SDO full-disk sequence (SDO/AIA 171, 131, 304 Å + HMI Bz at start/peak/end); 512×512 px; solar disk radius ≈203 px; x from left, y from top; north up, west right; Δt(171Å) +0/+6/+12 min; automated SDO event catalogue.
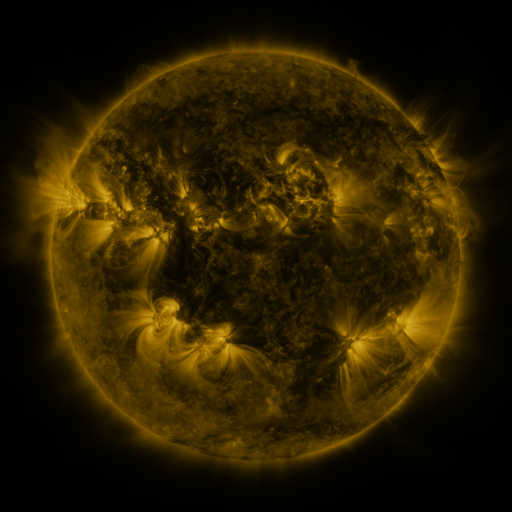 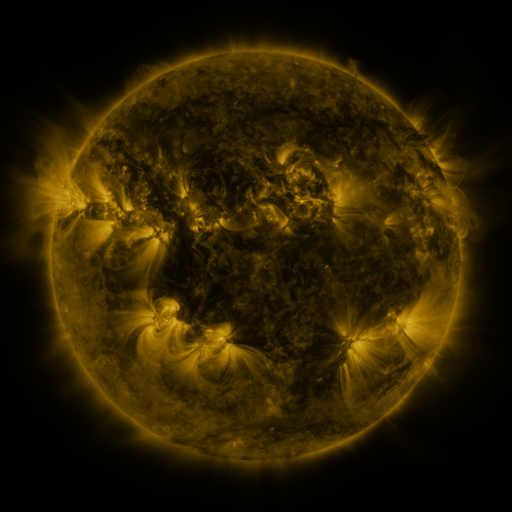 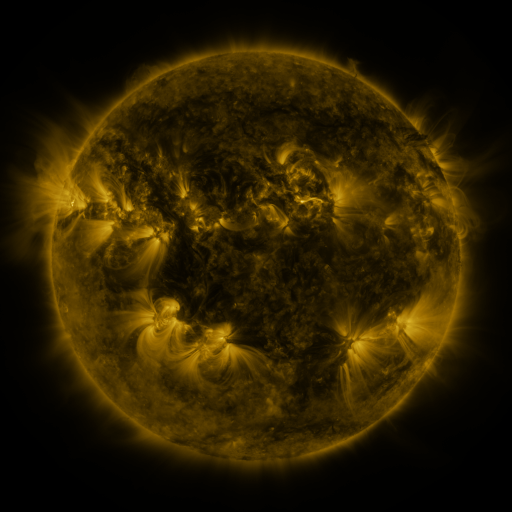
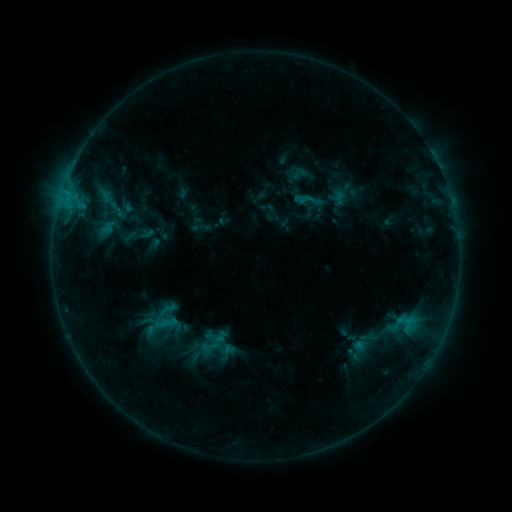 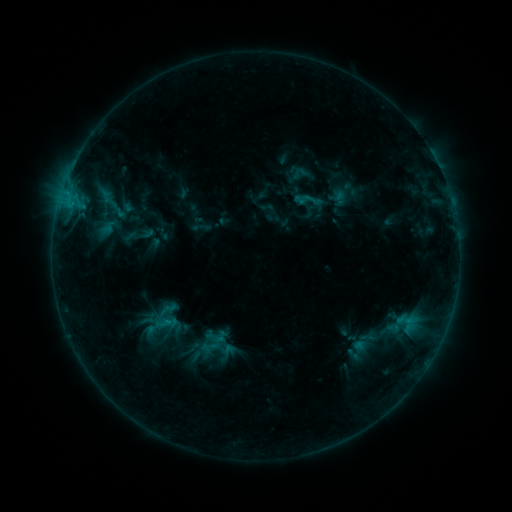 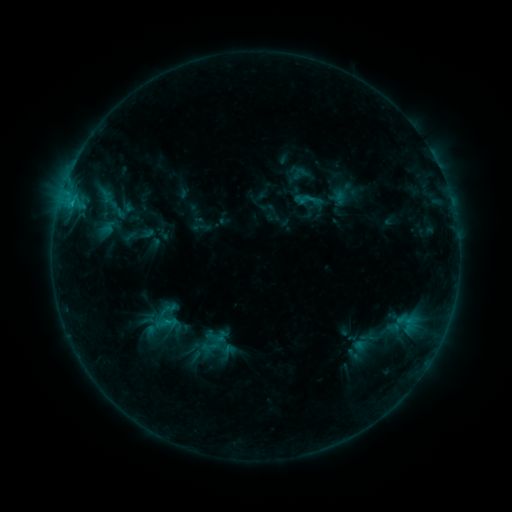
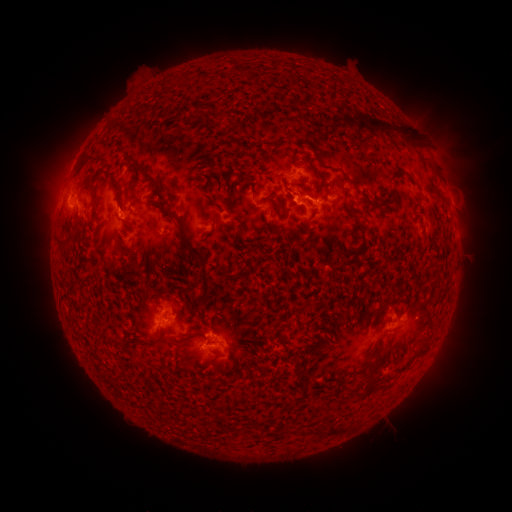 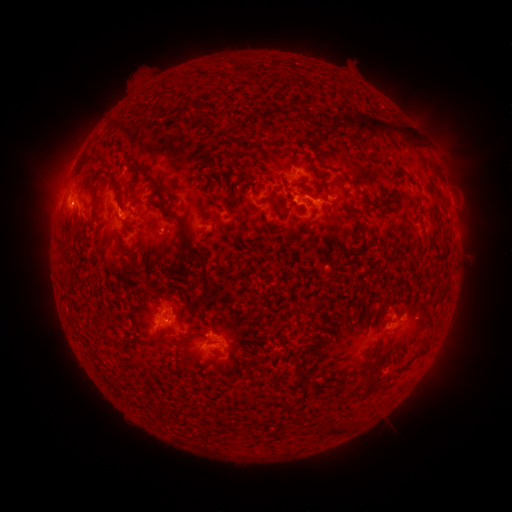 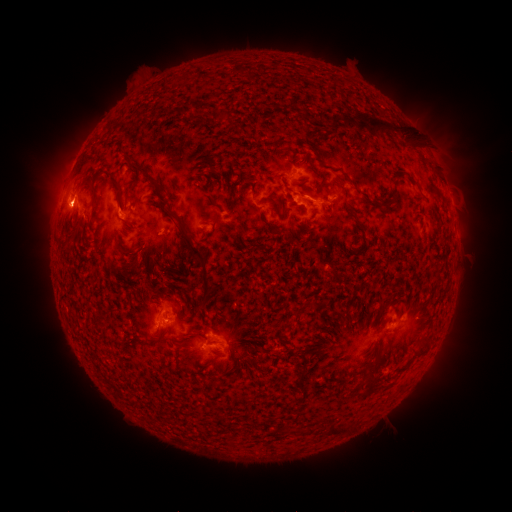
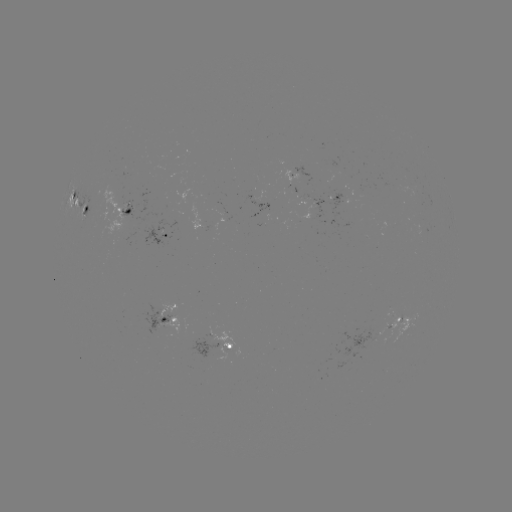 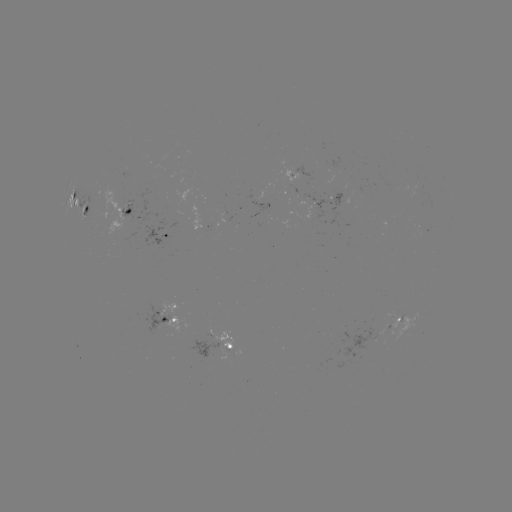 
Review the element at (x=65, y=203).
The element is eruption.